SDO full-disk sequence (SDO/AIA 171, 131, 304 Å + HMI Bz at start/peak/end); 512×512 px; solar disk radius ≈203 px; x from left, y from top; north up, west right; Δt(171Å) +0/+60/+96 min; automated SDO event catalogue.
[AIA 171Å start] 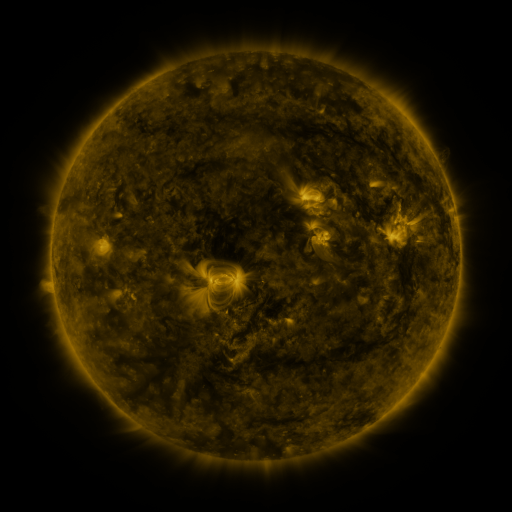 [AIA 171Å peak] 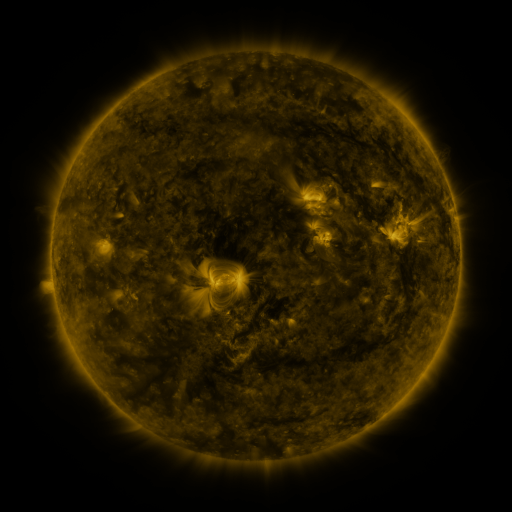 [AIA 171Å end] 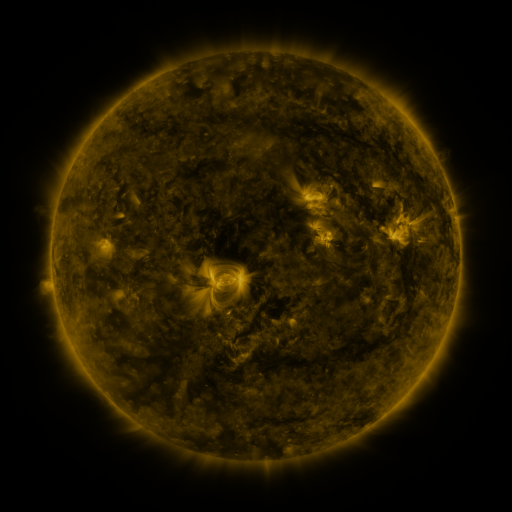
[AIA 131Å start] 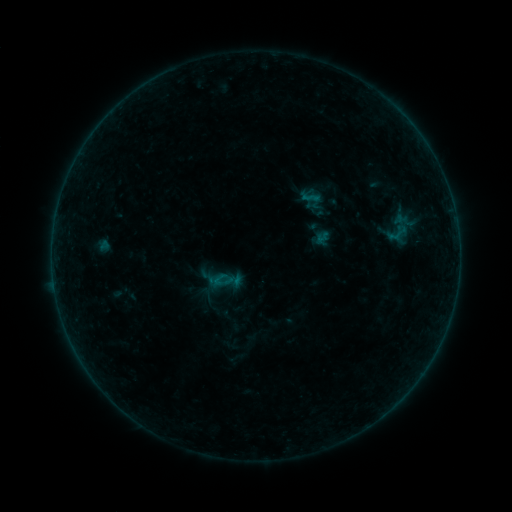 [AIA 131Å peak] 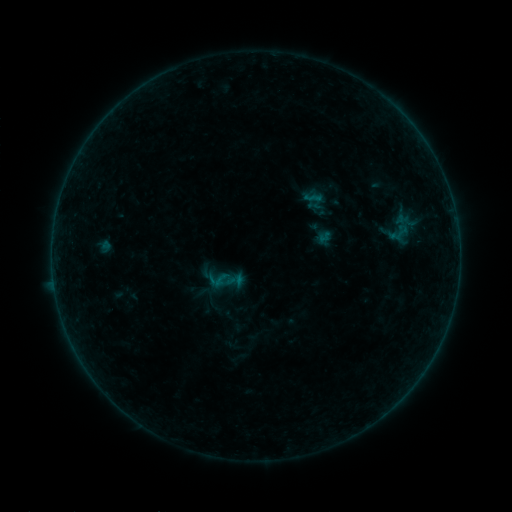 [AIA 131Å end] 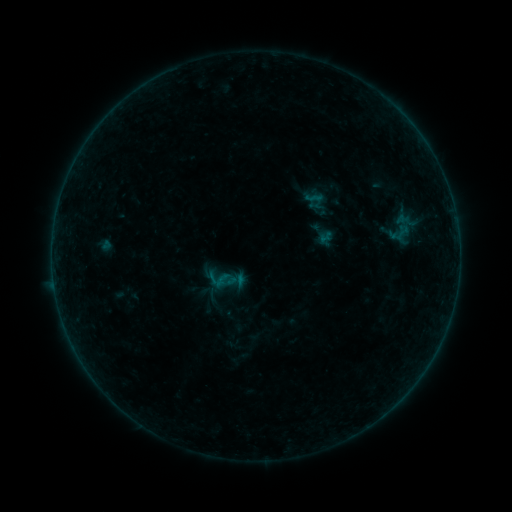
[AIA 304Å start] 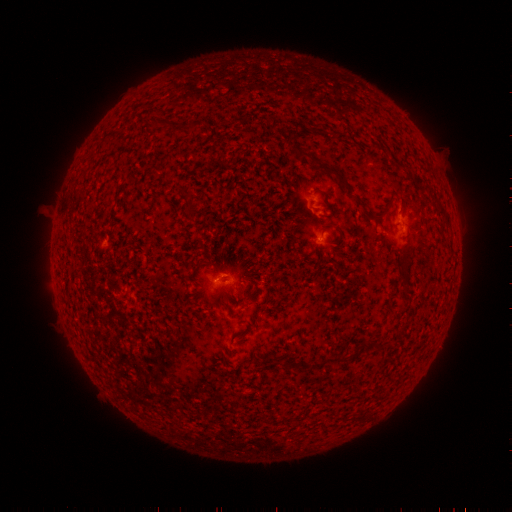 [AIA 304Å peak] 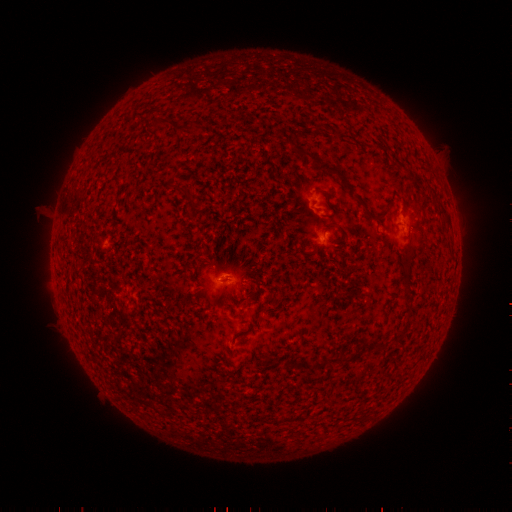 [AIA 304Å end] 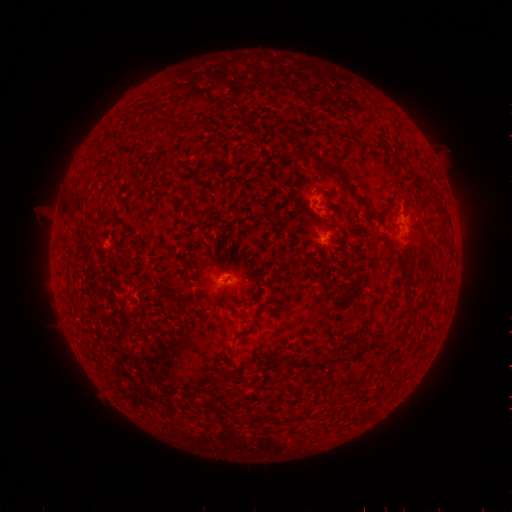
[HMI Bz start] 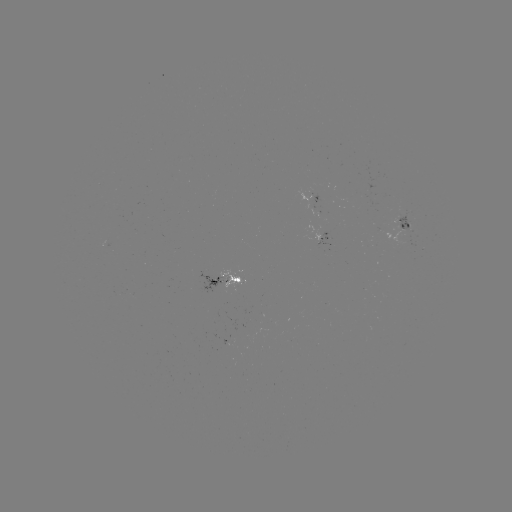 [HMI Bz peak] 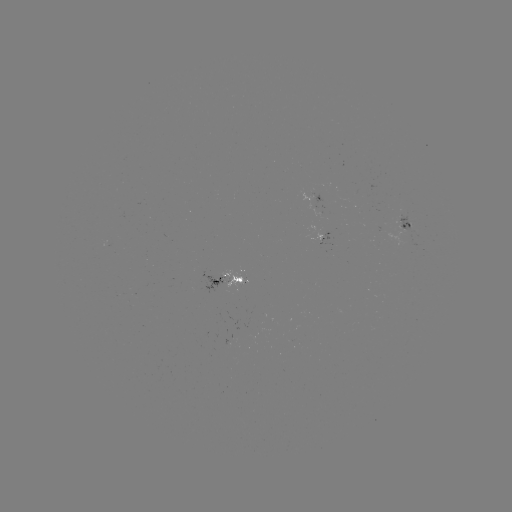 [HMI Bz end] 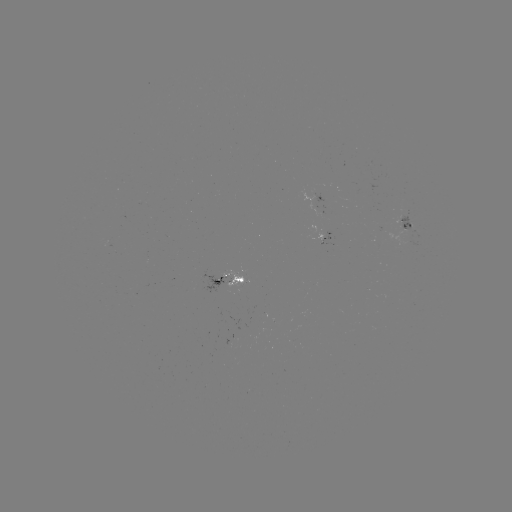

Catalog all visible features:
emerging-flux region: (412, 230)
